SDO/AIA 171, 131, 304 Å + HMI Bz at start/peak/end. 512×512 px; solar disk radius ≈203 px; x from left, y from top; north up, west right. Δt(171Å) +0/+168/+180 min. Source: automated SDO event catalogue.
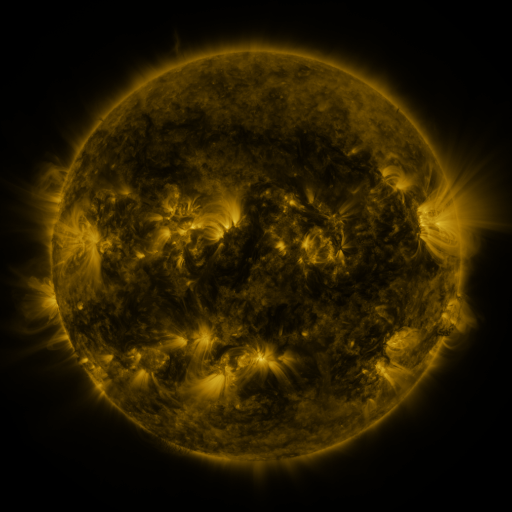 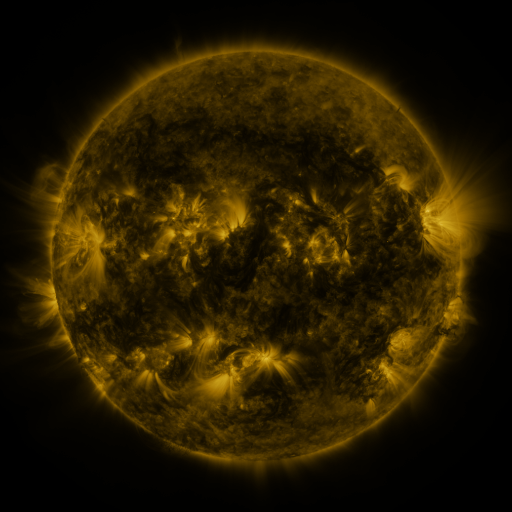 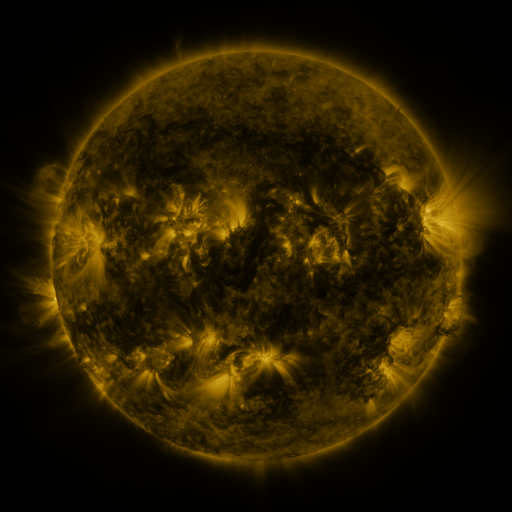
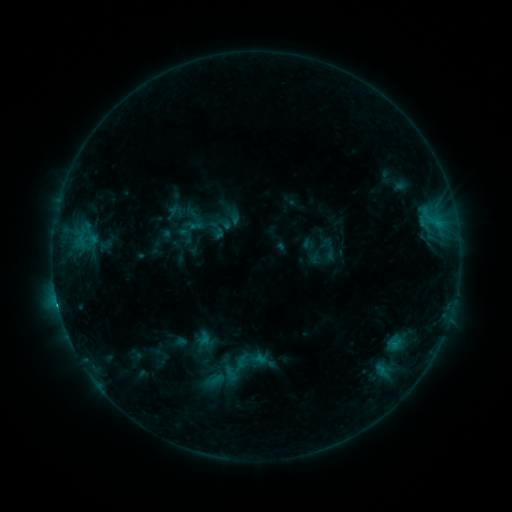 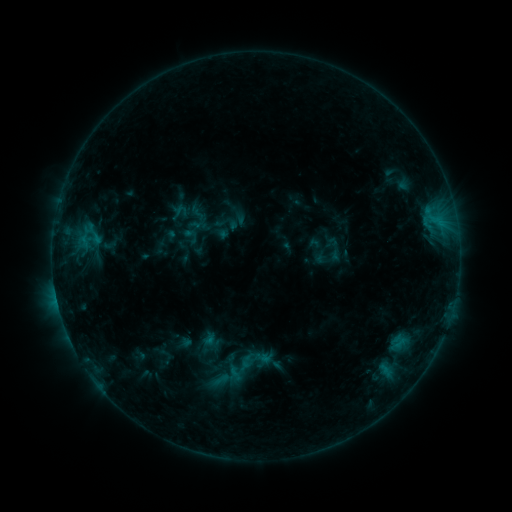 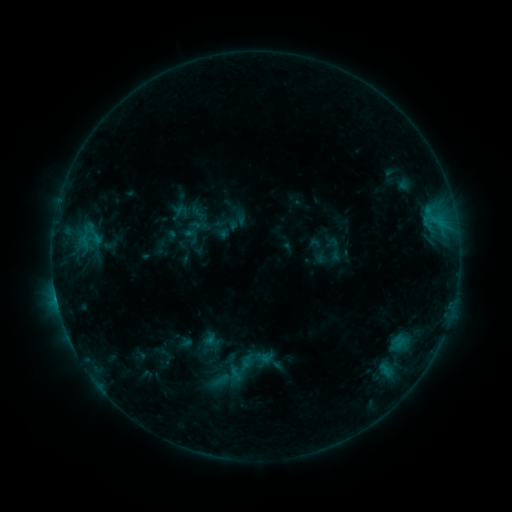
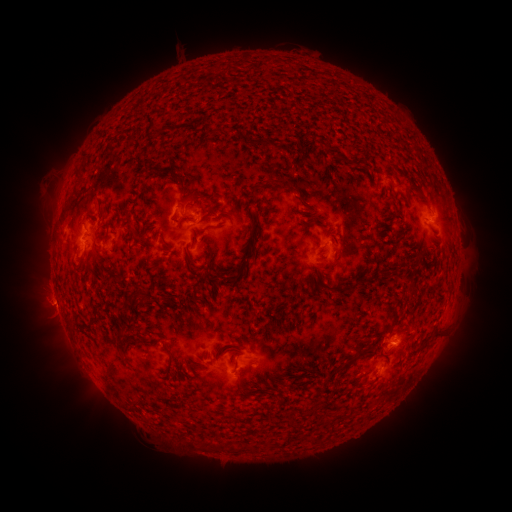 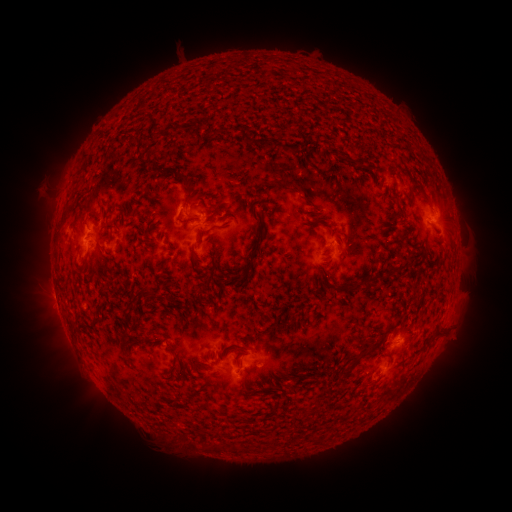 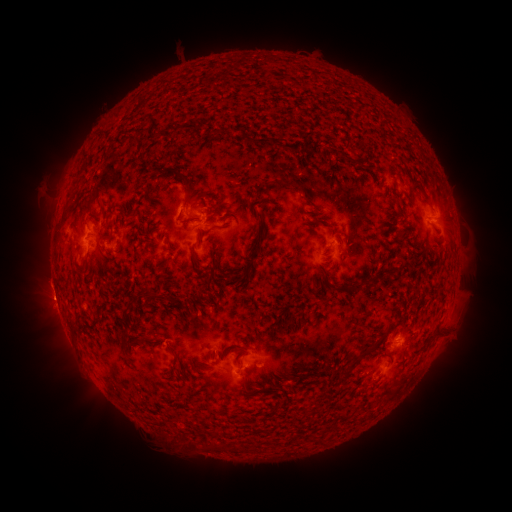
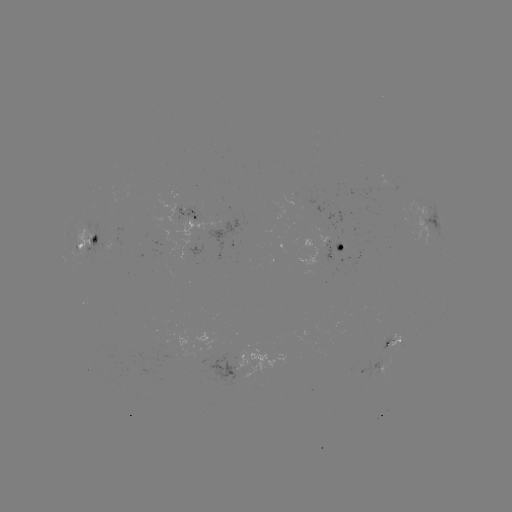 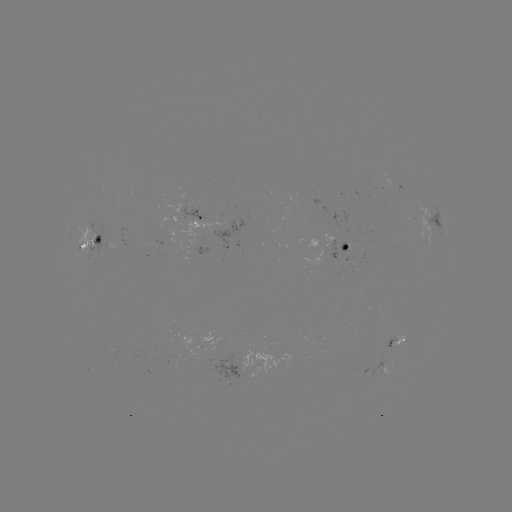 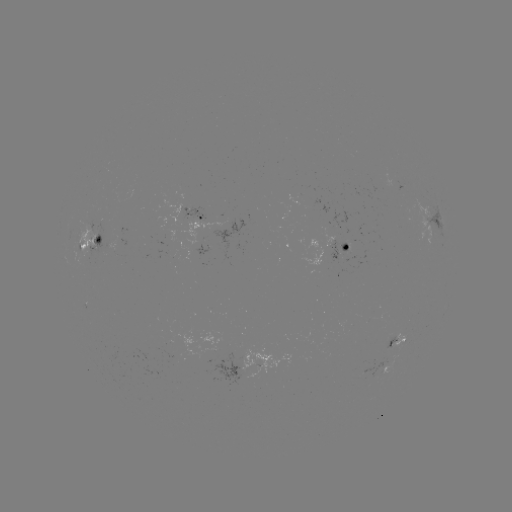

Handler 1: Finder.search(emerging-flux region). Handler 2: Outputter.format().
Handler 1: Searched emerging-flux region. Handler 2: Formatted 340,246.